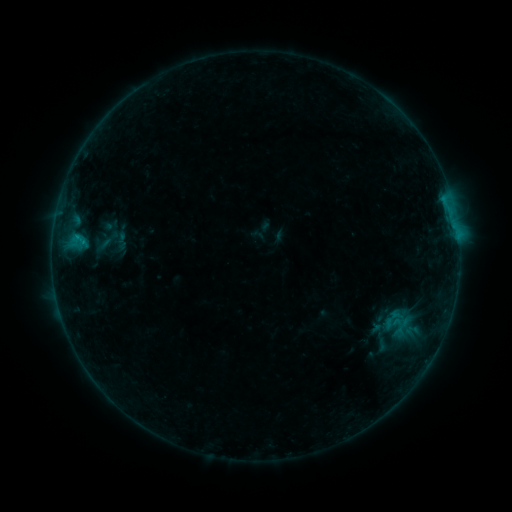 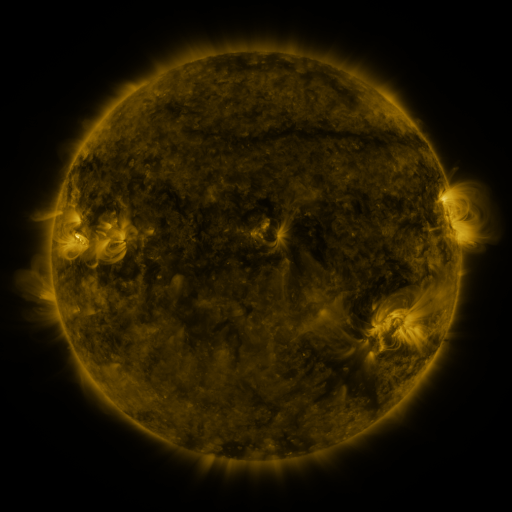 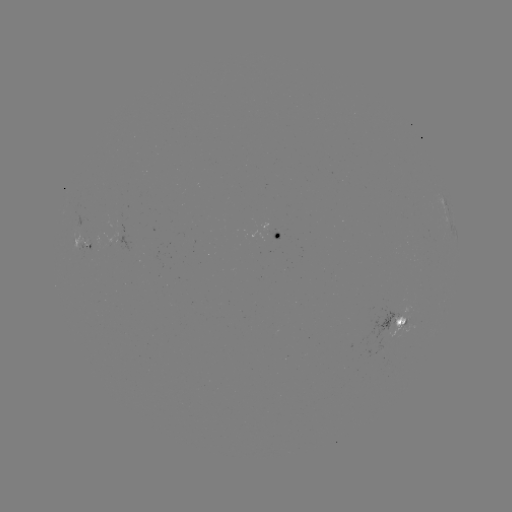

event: sigmoid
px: (393, 323)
